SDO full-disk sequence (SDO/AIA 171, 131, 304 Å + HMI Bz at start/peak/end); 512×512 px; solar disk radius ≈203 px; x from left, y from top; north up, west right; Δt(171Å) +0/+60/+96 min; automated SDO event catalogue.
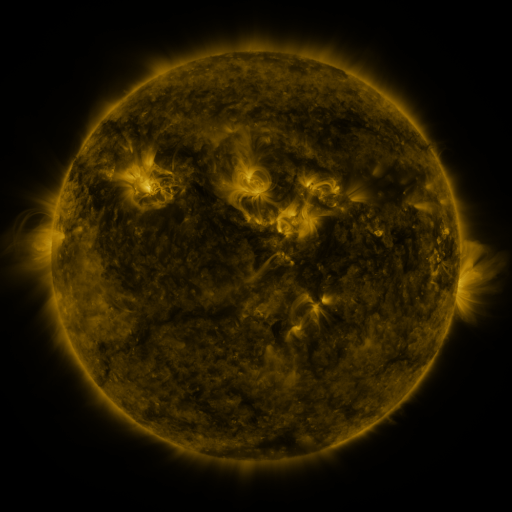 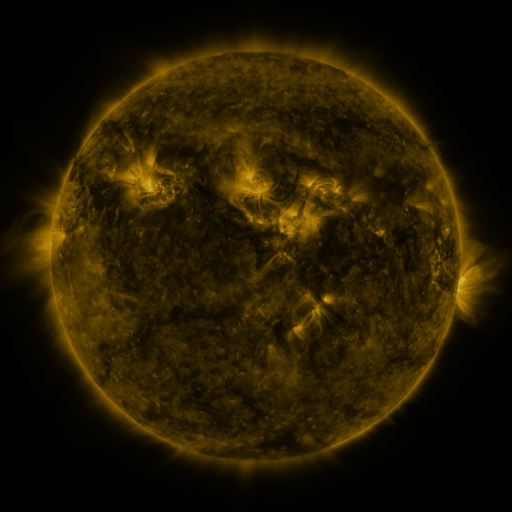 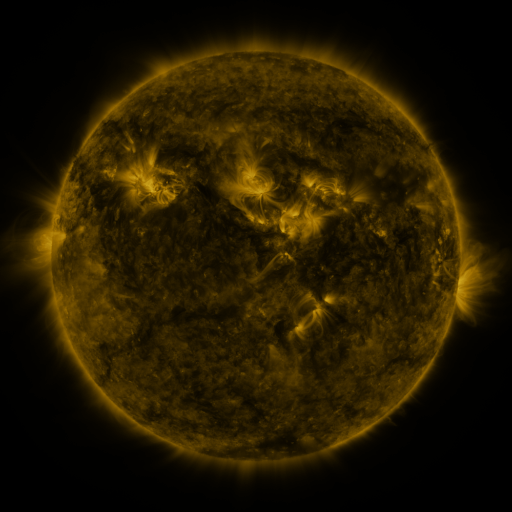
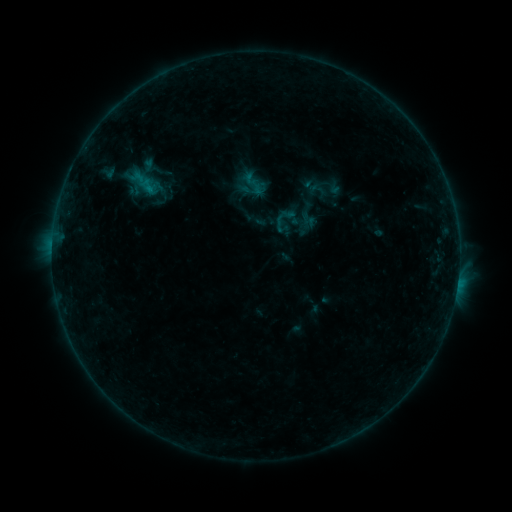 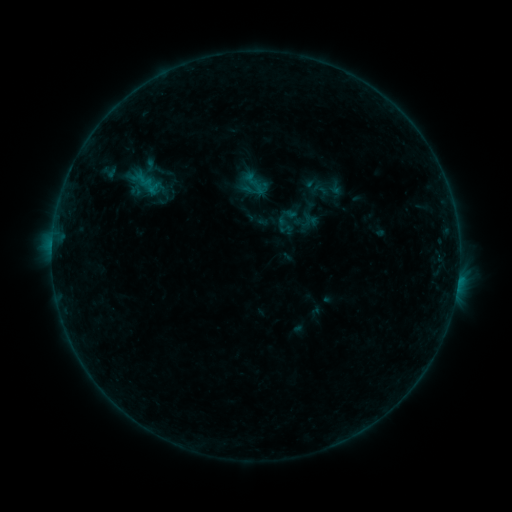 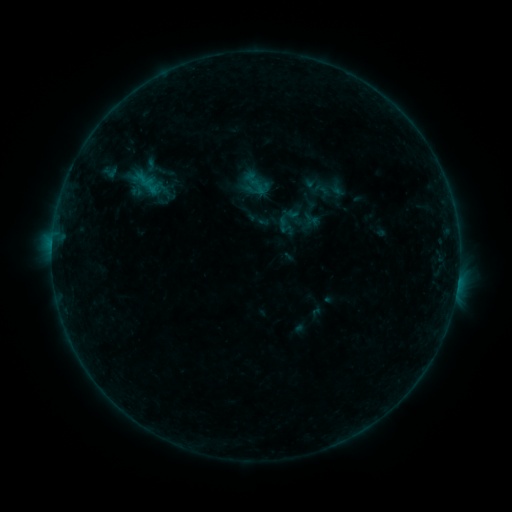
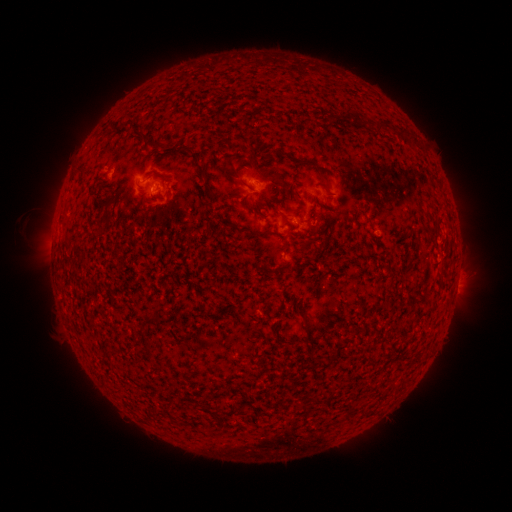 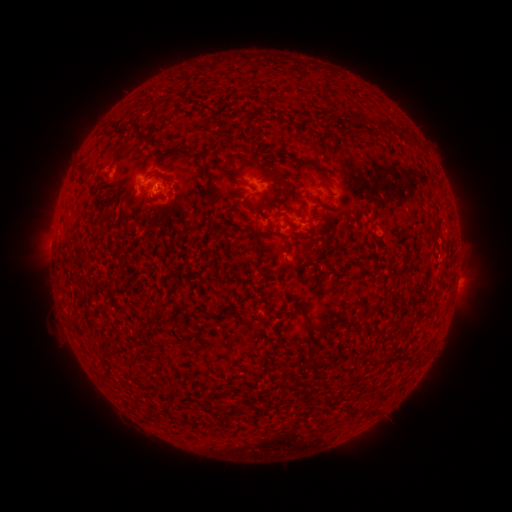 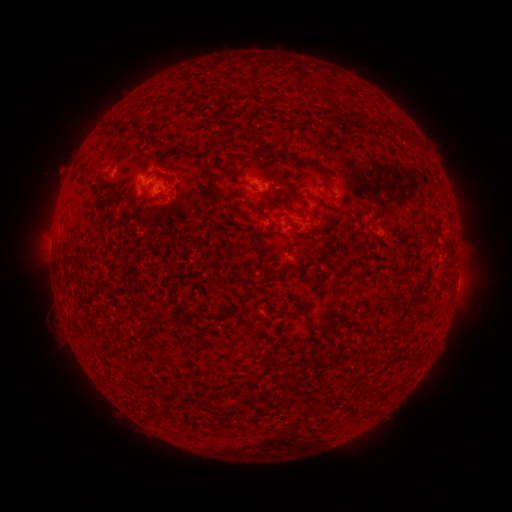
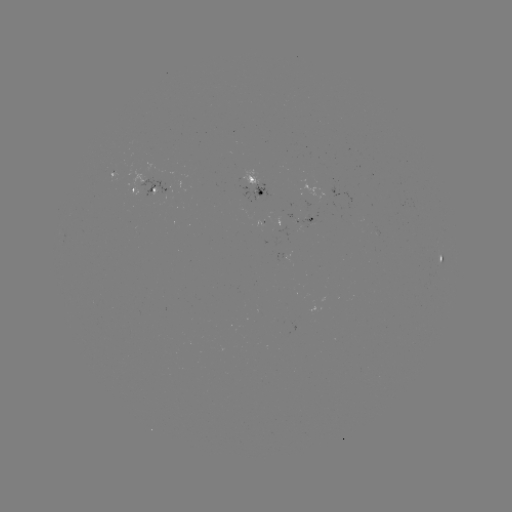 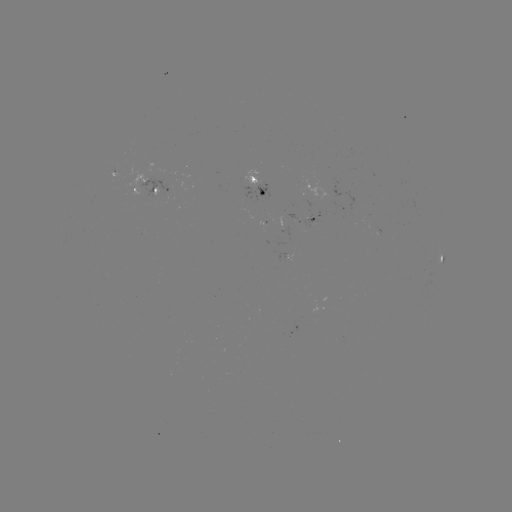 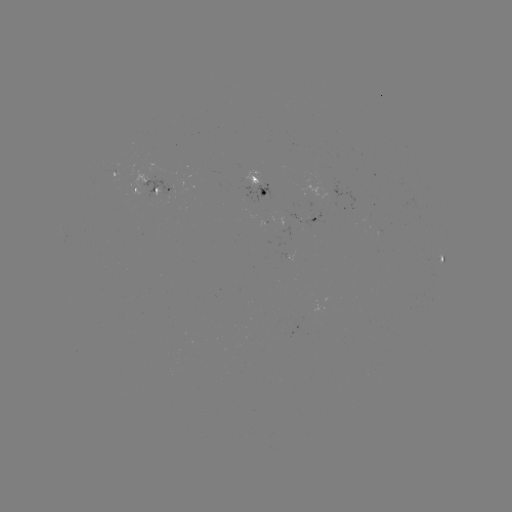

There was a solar emerging-flux region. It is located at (306, 223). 